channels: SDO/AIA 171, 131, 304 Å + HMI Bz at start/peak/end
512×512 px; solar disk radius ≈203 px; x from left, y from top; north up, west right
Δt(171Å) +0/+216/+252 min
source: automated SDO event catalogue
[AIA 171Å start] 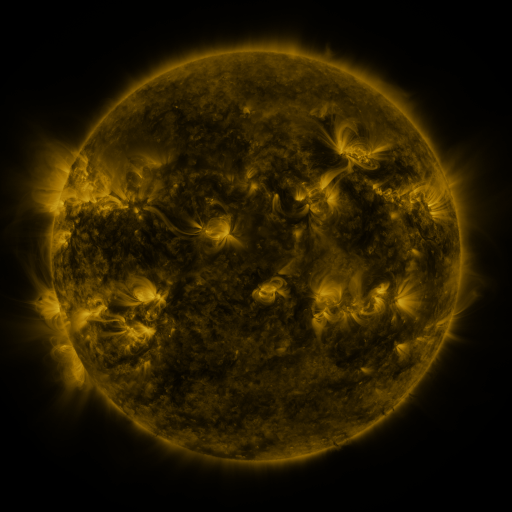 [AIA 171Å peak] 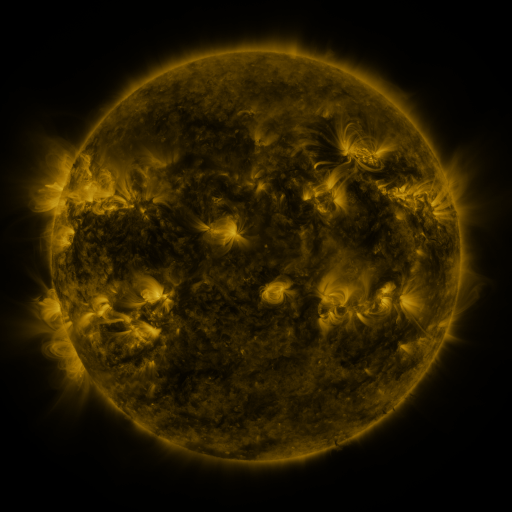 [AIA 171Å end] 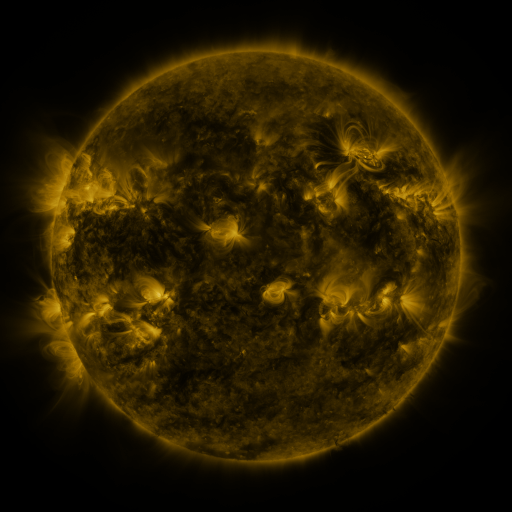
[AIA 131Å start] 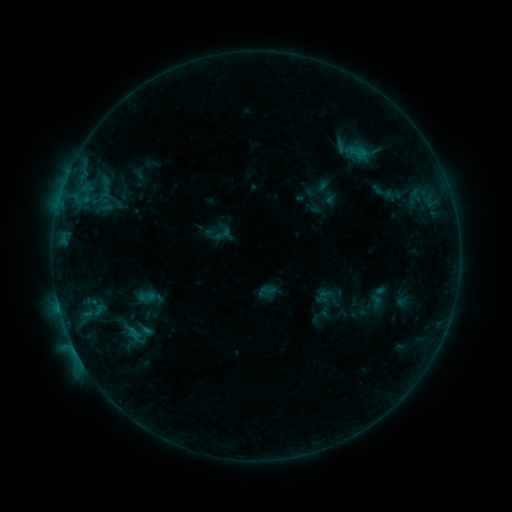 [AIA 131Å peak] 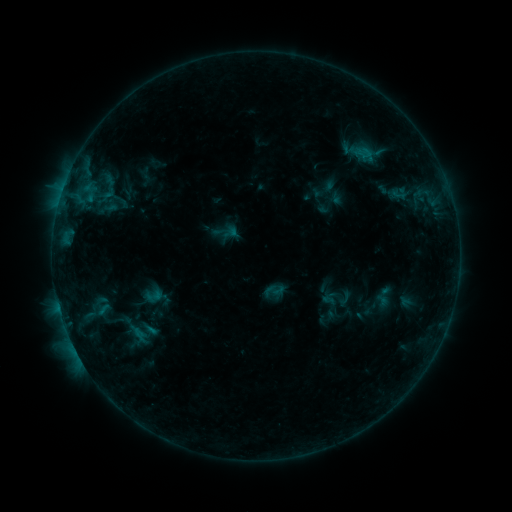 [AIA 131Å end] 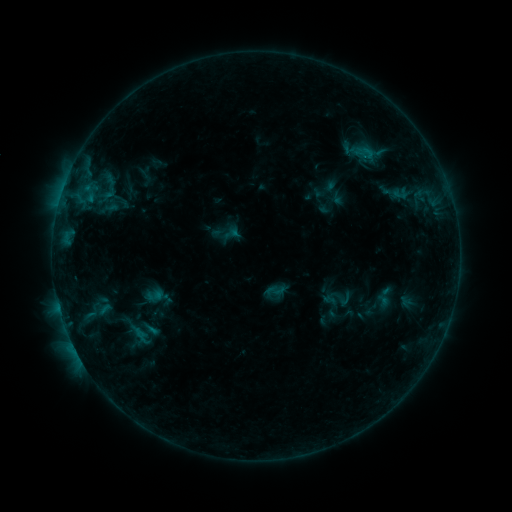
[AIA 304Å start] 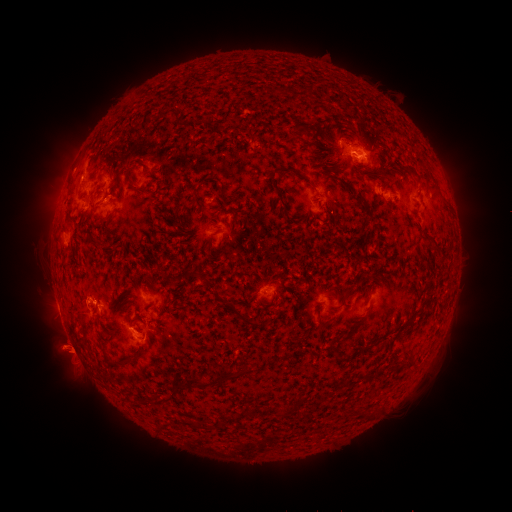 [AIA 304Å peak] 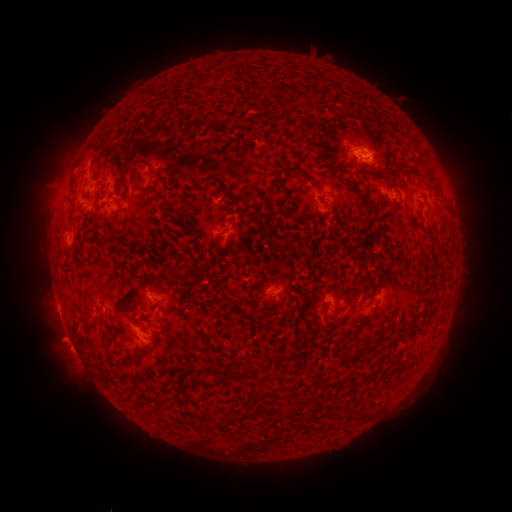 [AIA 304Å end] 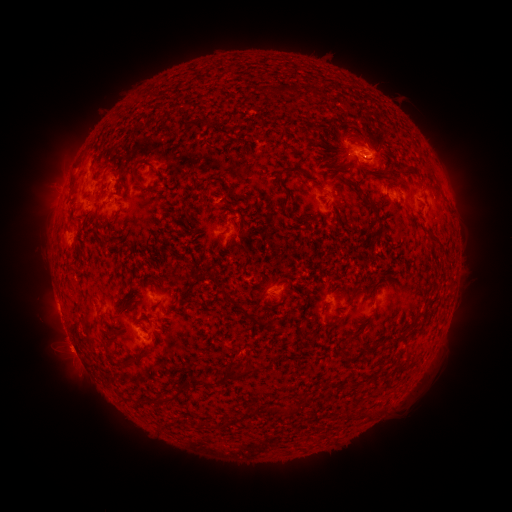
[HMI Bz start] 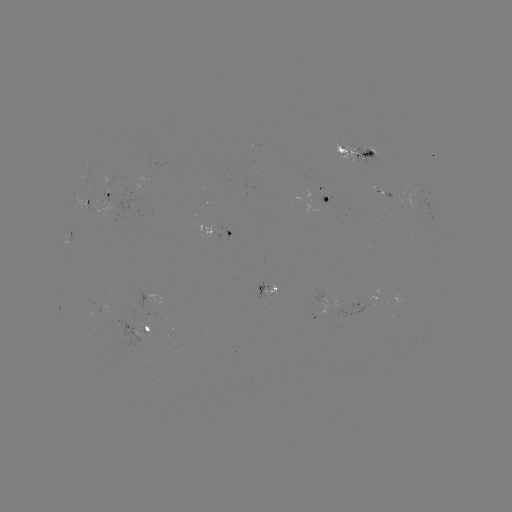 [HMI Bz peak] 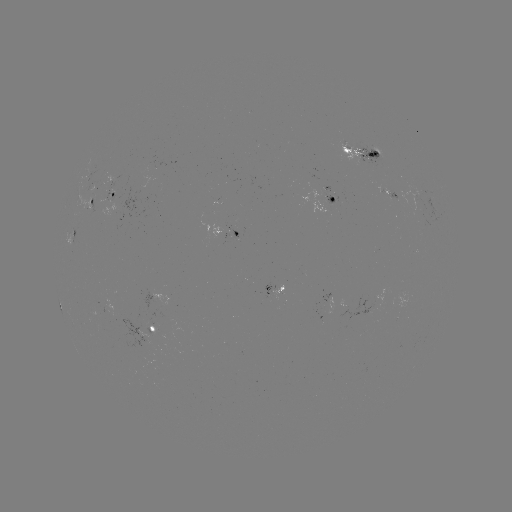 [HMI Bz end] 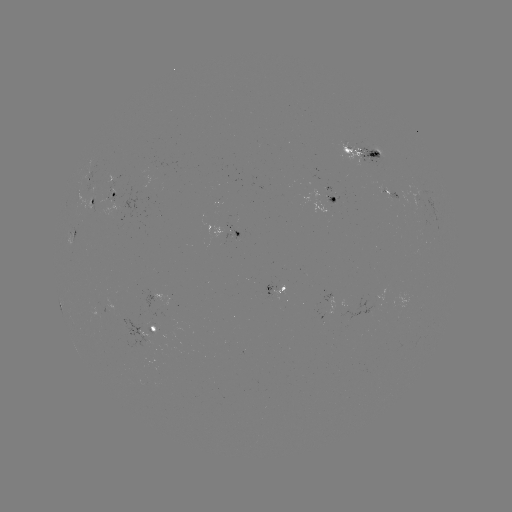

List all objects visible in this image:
emerging-flux region: (235, 228)
